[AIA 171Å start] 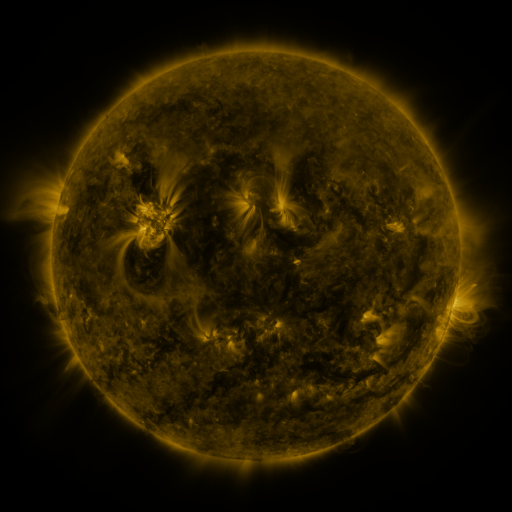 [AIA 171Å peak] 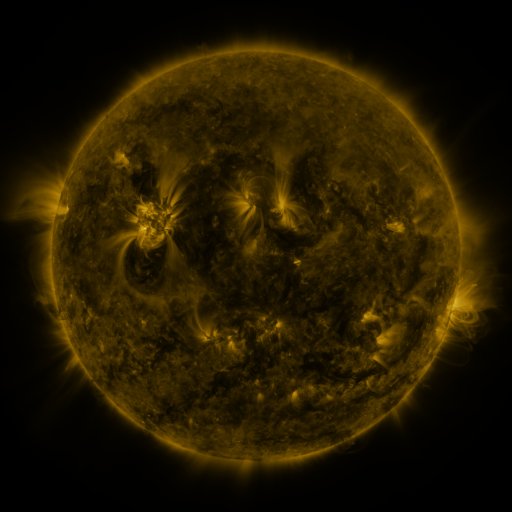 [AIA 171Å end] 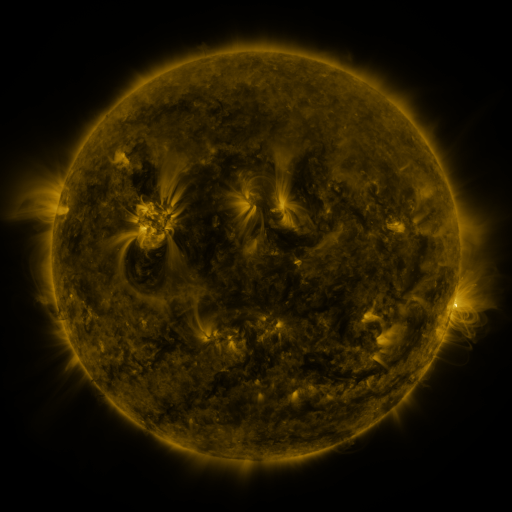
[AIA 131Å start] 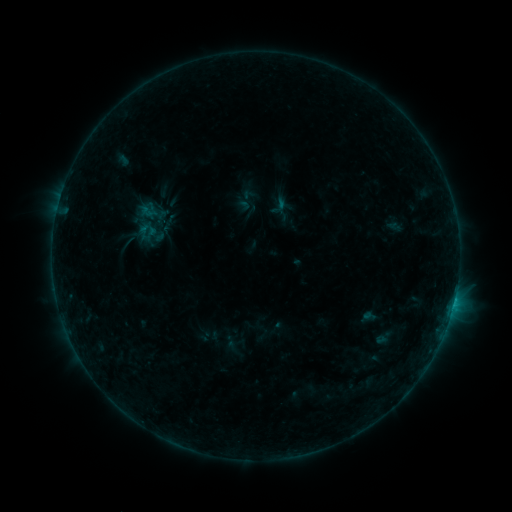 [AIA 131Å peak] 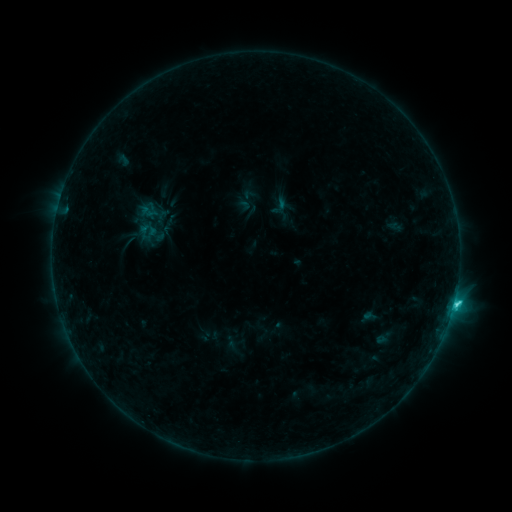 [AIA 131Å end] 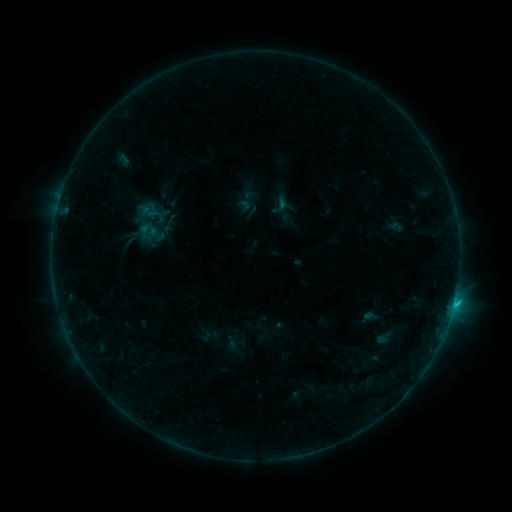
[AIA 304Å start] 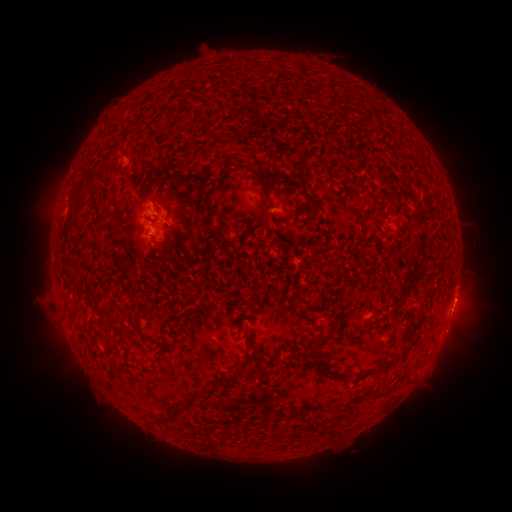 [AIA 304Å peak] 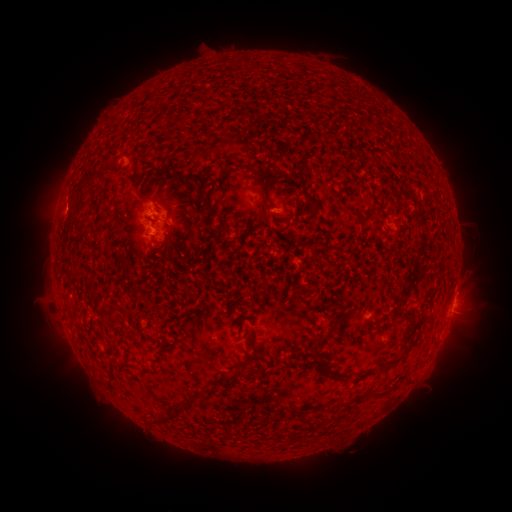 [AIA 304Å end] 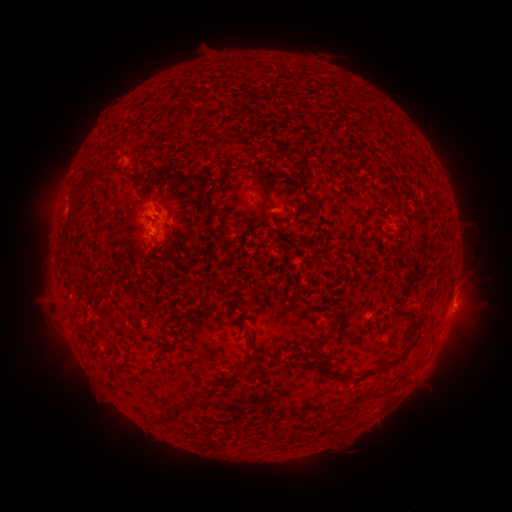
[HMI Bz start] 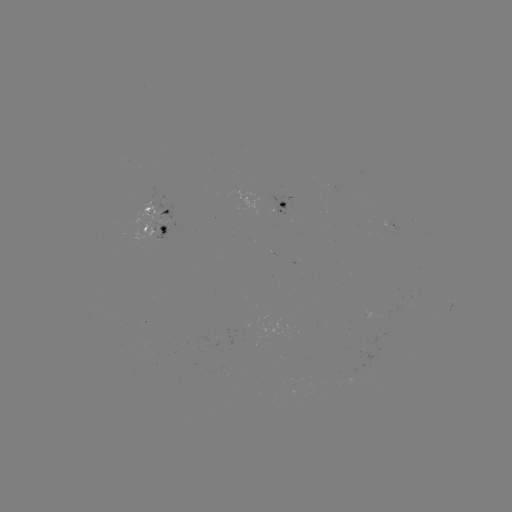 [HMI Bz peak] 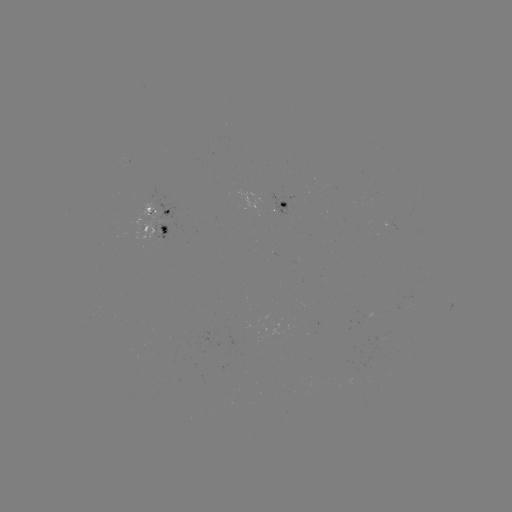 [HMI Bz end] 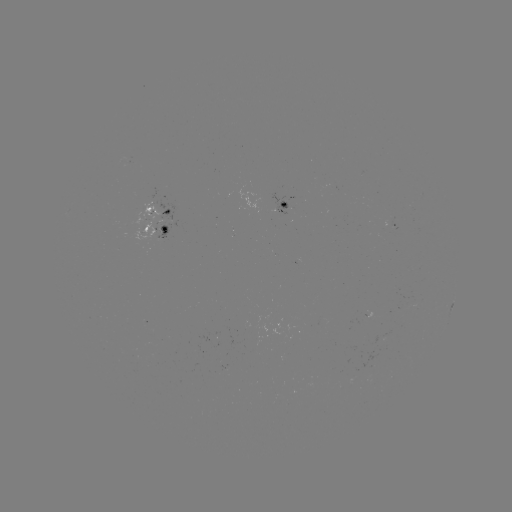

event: flare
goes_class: C1.9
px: (453, 301)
